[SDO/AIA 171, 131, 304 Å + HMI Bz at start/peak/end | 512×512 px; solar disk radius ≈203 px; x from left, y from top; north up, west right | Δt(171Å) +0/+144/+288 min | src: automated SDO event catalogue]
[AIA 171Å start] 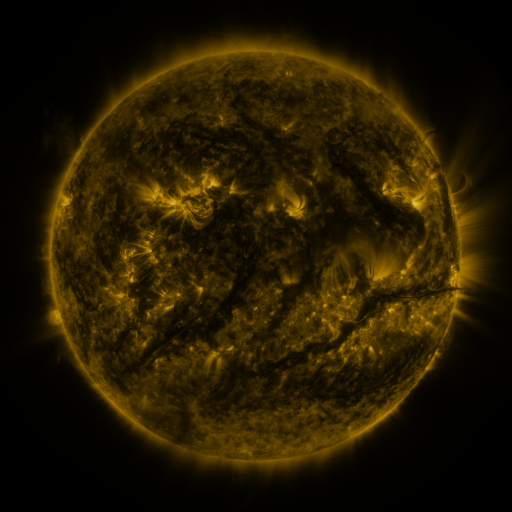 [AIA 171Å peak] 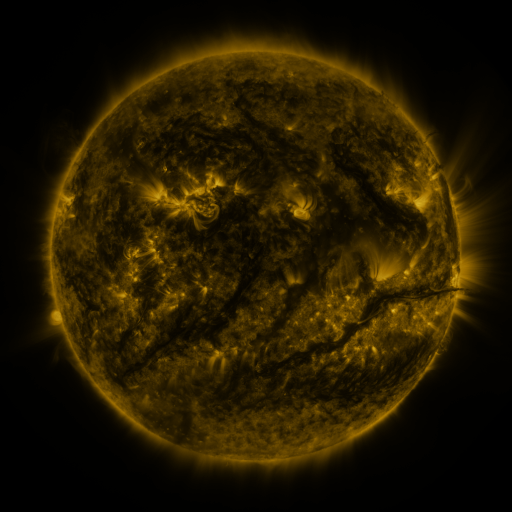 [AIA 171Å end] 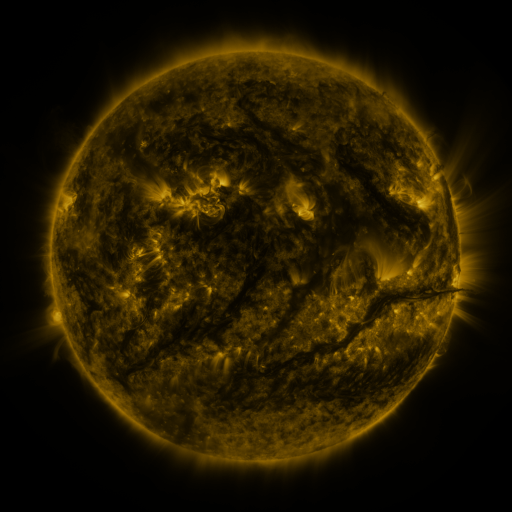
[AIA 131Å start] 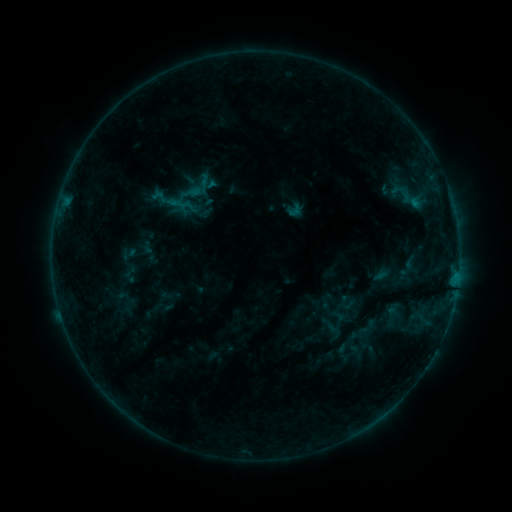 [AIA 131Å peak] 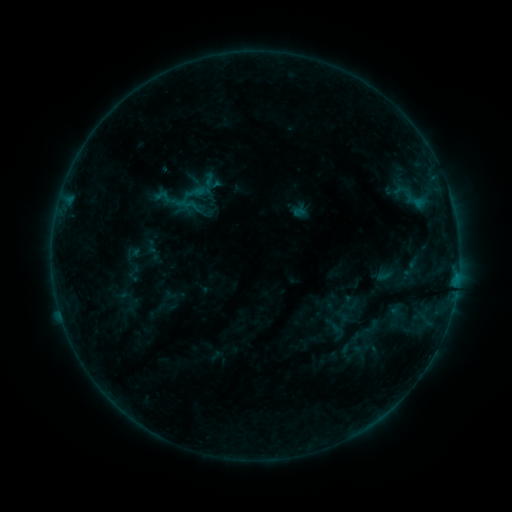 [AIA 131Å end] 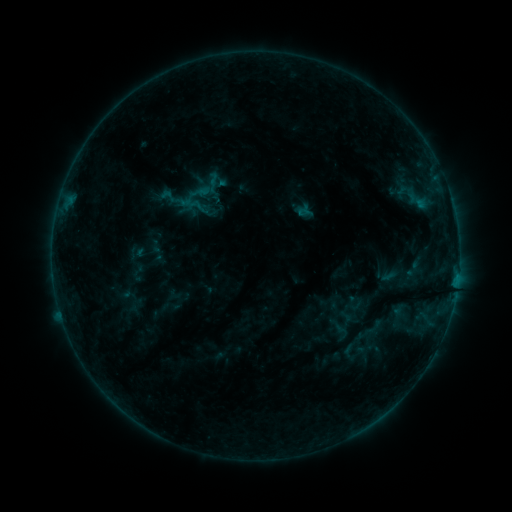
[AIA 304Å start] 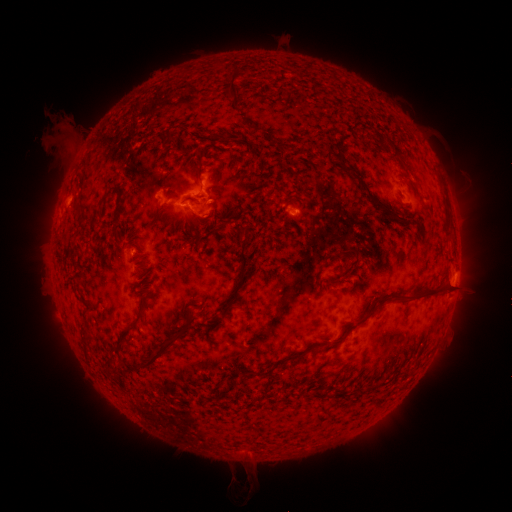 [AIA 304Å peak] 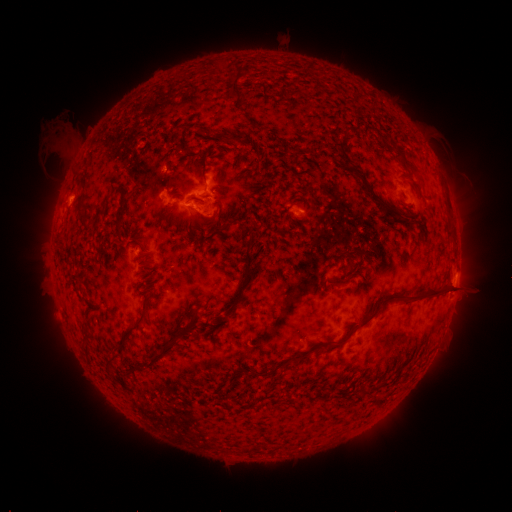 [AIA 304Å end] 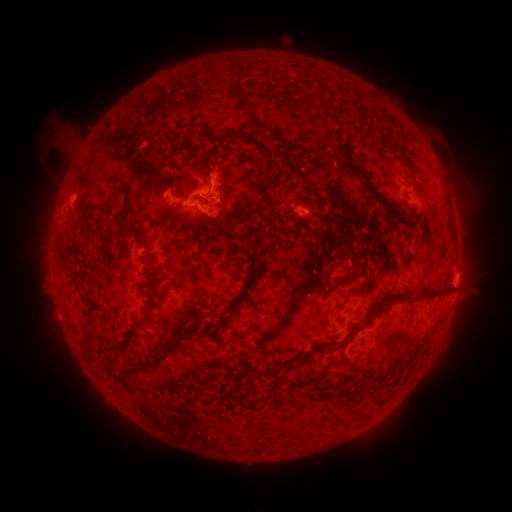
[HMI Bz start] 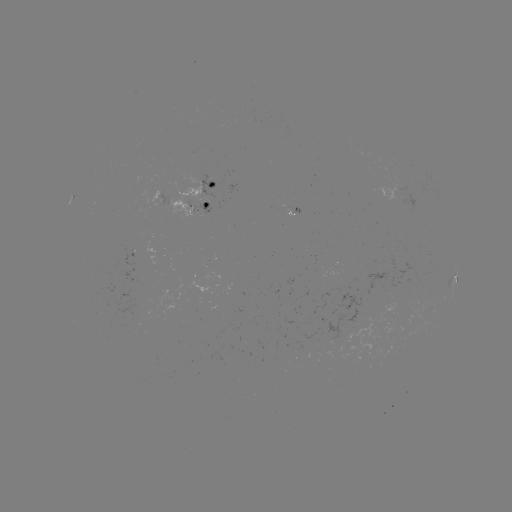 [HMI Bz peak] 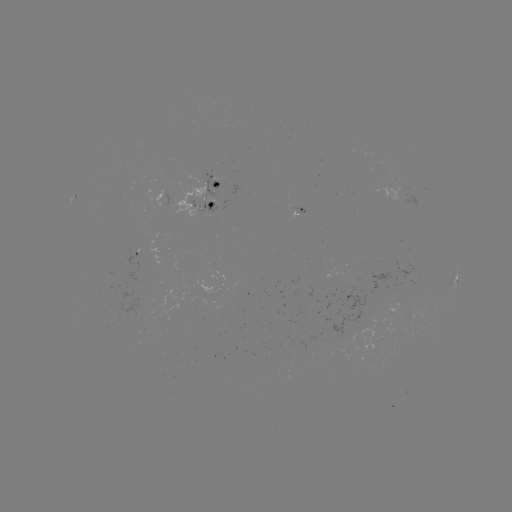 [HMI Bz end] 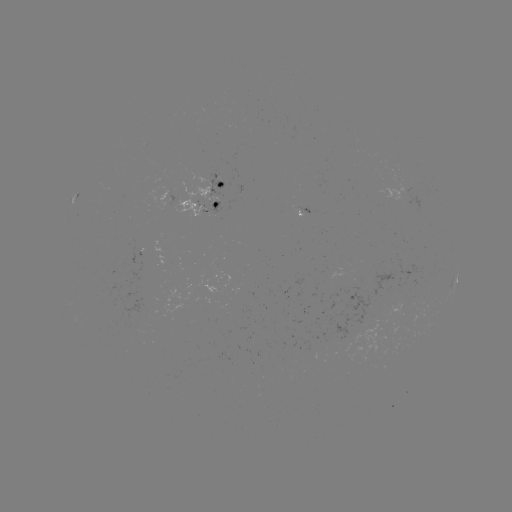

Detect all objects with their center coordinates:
filament eruption: (237, 466)
